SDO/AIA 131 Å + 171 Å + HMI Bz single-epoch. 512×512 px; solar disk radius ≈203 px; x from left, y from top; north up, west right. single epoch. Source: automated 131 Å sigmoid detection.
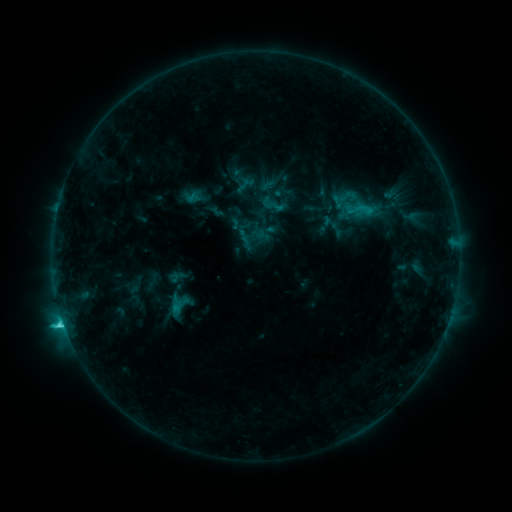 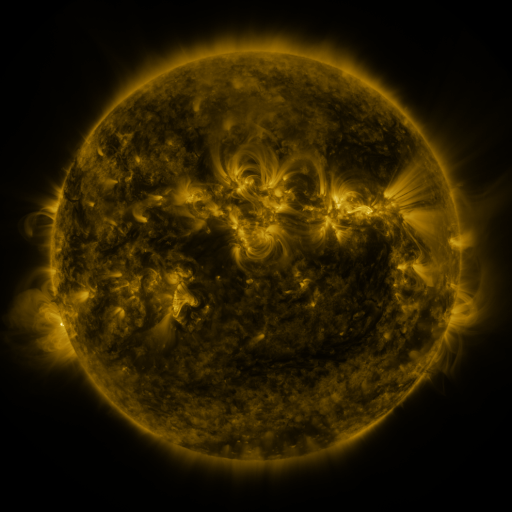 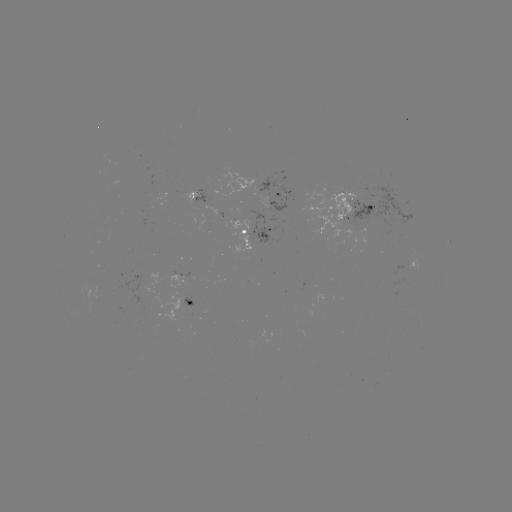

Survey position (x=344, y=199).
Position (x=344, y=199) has sigmoid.